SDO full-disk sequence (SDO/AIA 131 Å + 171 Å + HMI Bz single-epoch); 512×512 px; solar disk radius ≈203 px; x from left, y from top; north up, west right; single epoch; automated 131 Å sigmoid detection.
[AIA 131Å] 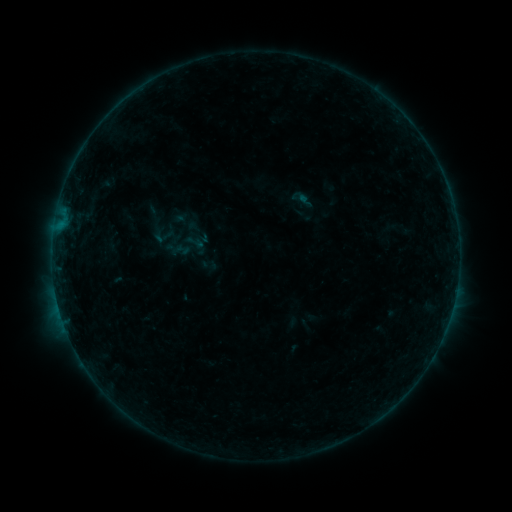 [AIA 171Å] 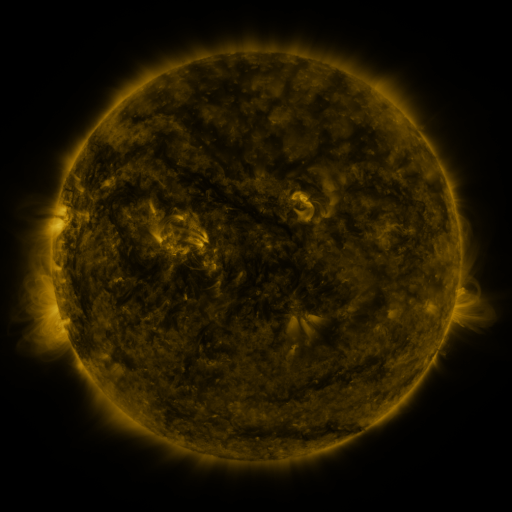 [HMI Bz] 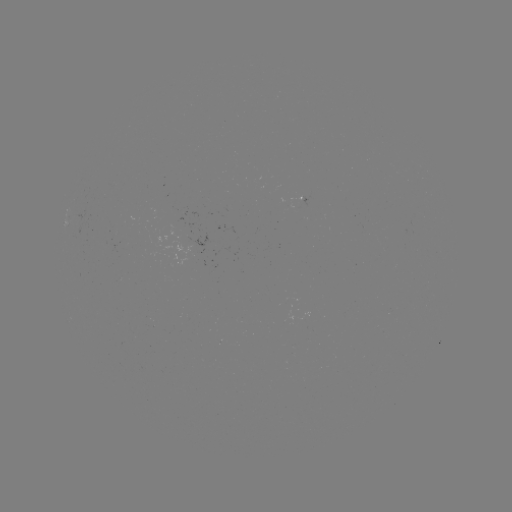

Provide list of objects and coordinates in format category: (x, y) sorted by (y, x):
sigmoid: (162, 234)
